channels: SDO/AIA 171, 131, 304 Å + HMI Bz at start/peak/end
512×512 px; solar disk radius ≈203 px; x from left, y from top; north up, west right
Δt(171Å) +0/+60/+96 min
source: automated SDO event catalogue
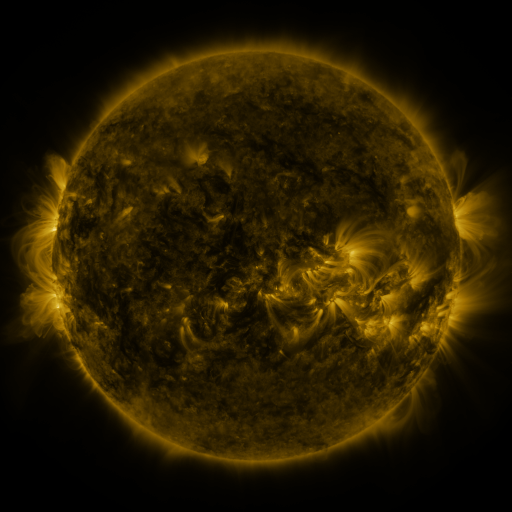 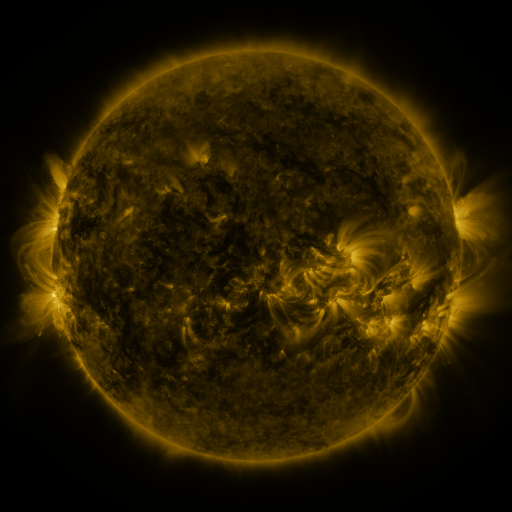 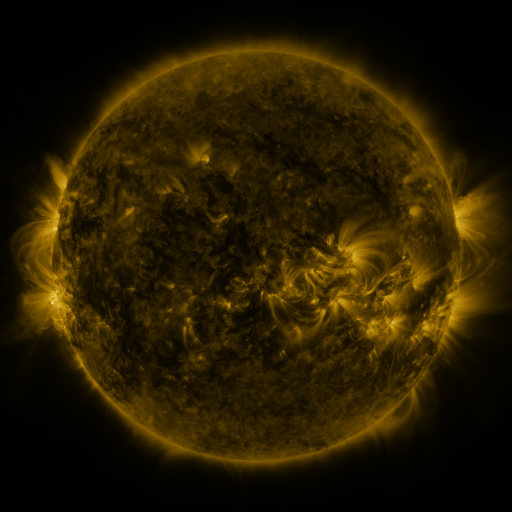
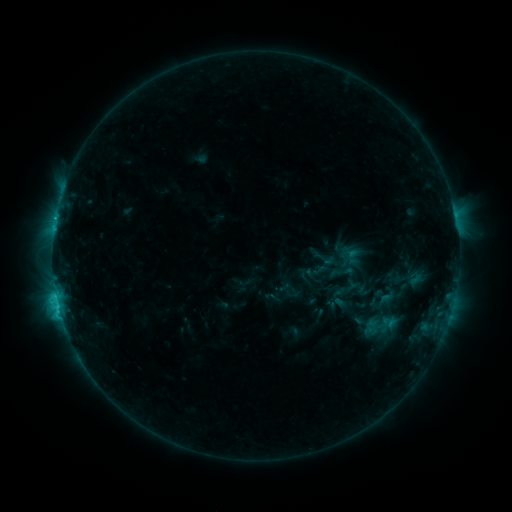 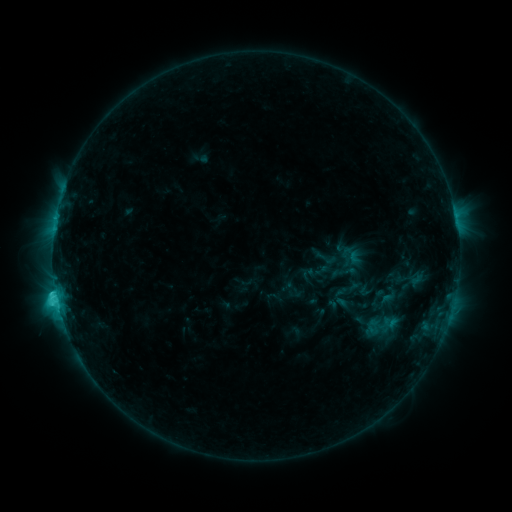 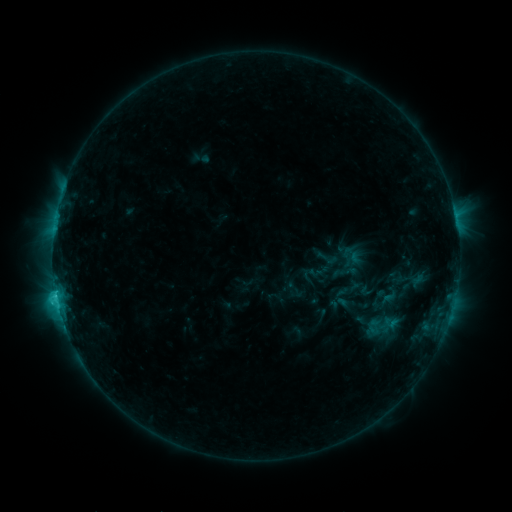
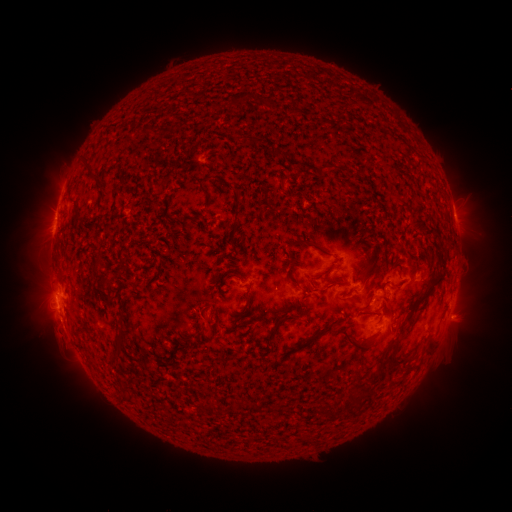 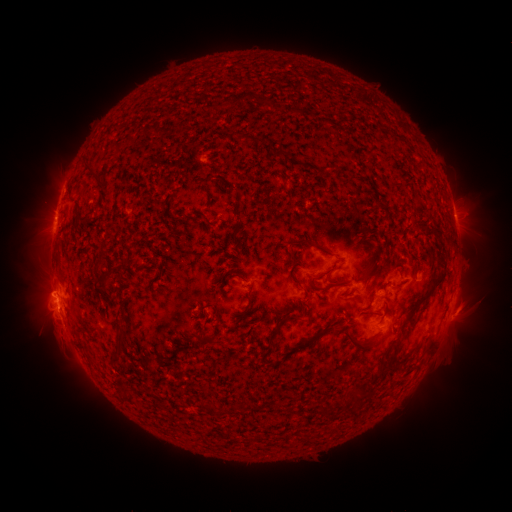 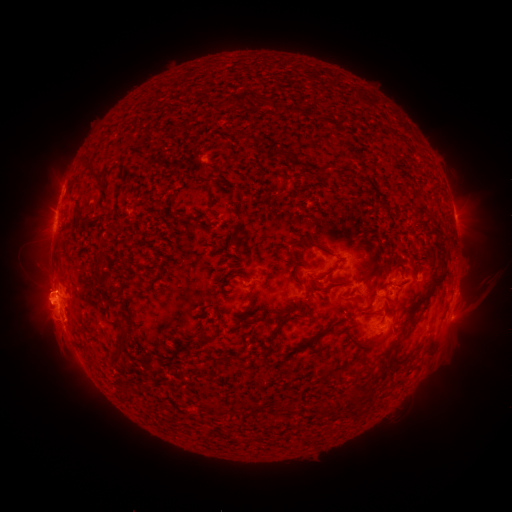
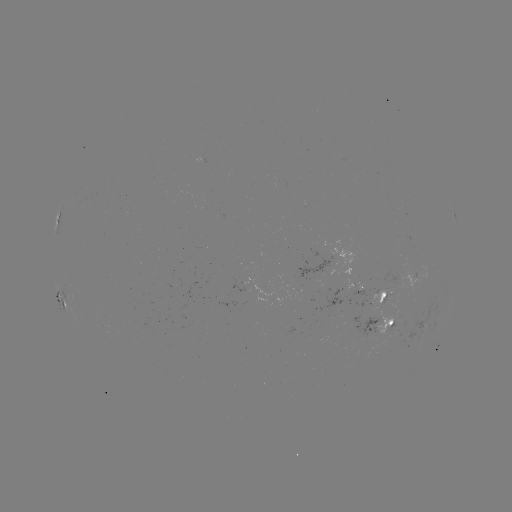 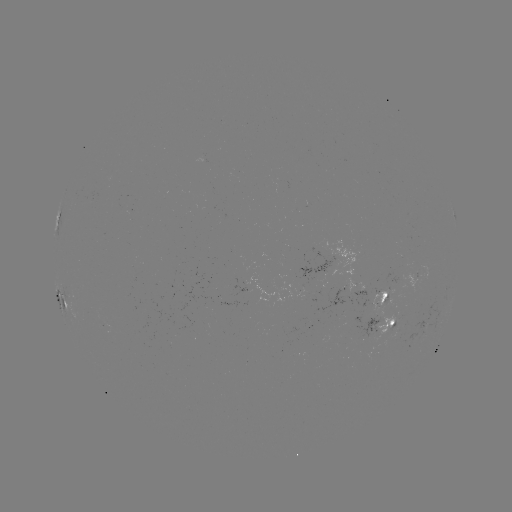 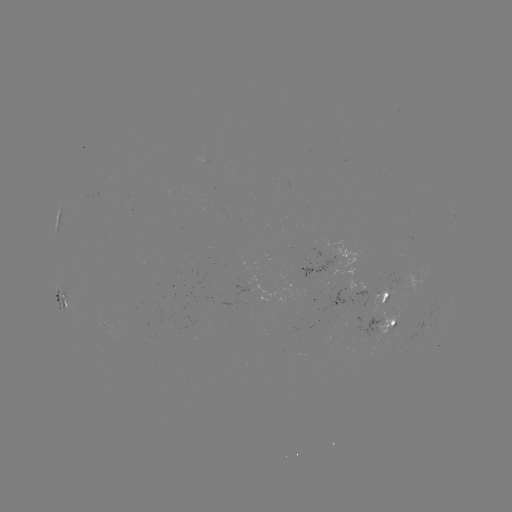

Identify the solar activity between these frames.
emerging-flux region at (371, 336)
